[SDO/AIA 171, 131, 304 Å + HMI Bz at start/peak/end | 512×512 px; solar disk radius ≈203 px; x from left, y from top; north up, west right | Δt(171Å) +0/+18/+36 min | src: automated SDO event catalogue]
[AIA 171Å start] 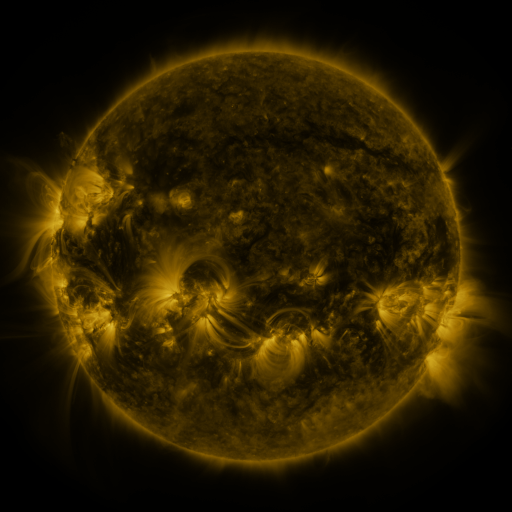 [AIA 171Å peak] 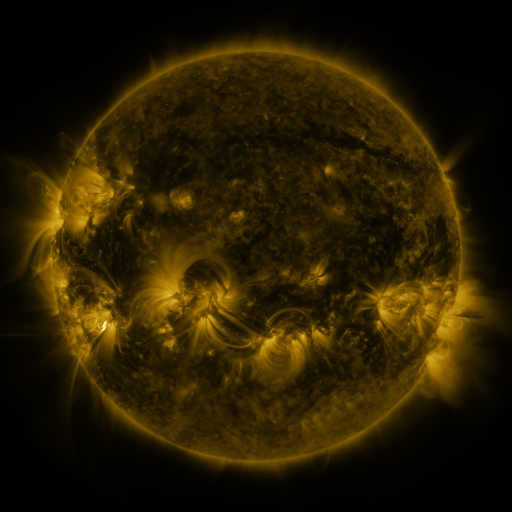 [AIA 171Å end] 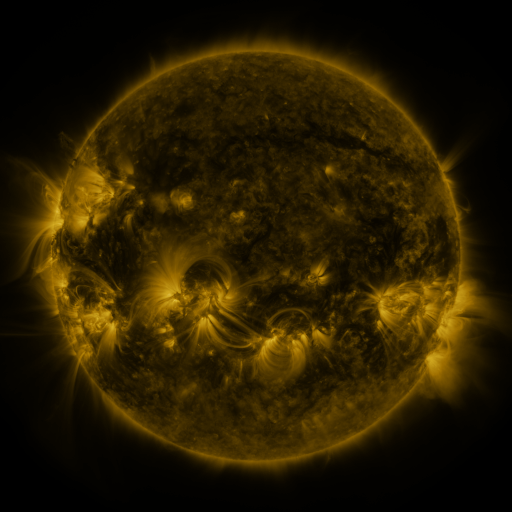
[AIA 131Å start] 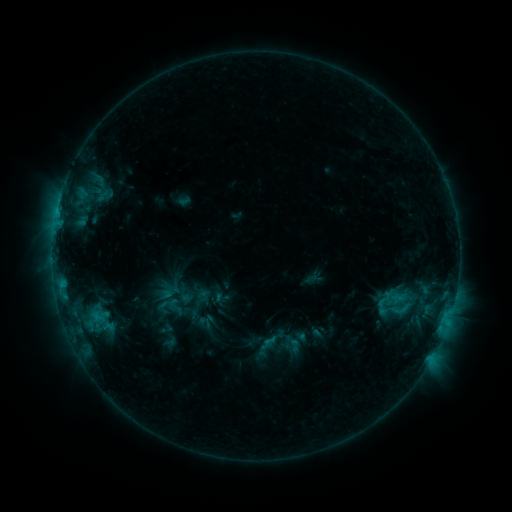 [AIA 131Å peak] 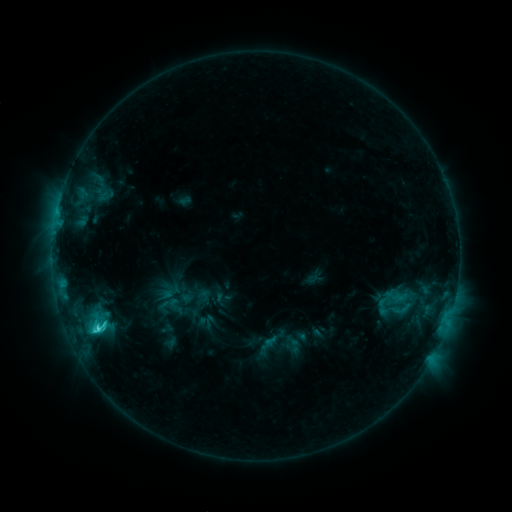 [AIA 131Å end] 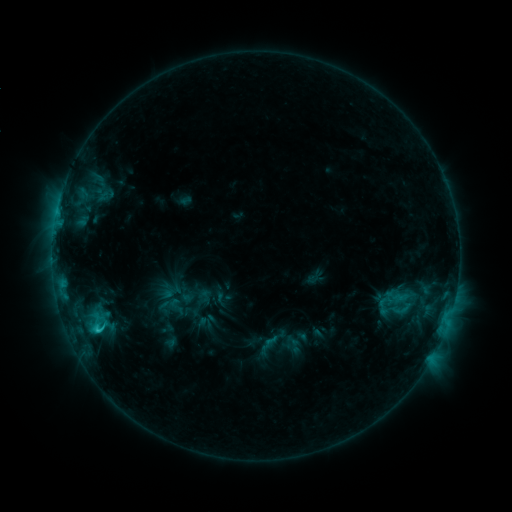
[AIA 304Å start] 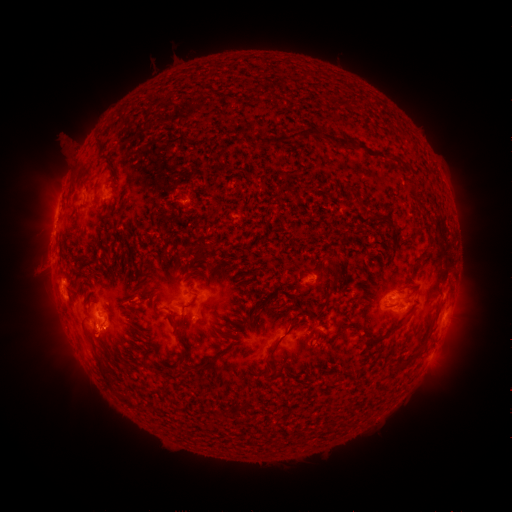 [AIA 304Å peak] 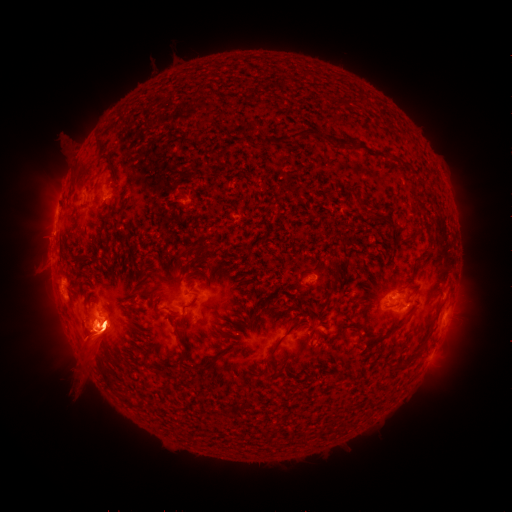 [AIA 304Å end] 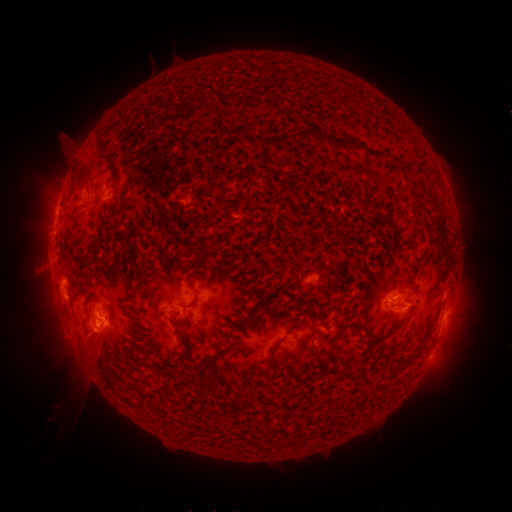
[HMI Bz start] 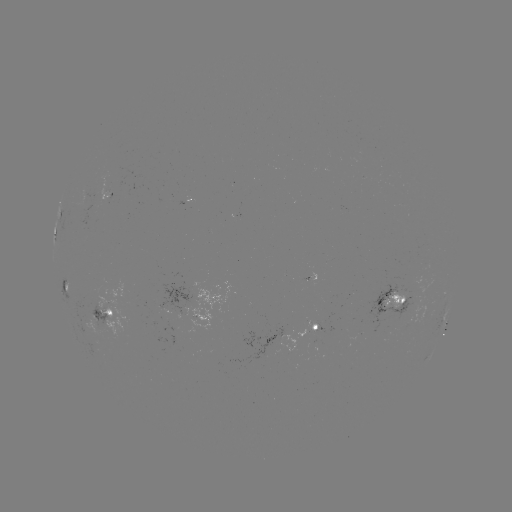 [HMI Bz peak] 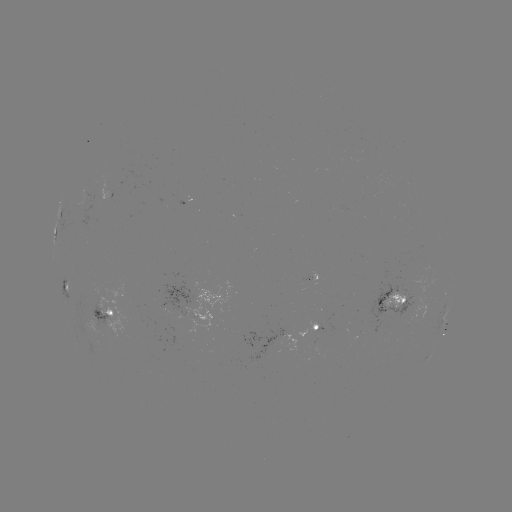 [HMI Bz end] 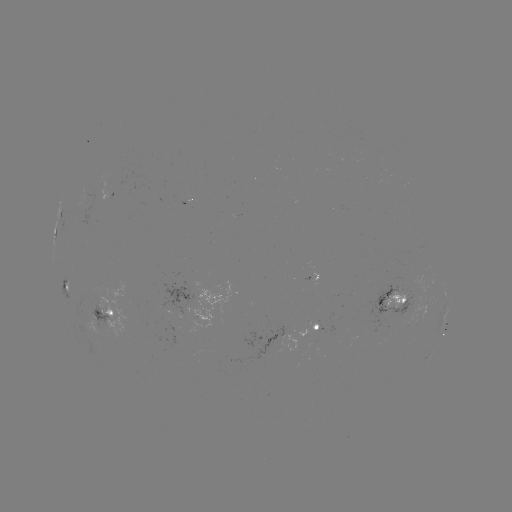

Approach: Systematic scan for C2.9 flare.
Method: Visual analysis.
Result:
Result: C2.9 flare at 100,328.